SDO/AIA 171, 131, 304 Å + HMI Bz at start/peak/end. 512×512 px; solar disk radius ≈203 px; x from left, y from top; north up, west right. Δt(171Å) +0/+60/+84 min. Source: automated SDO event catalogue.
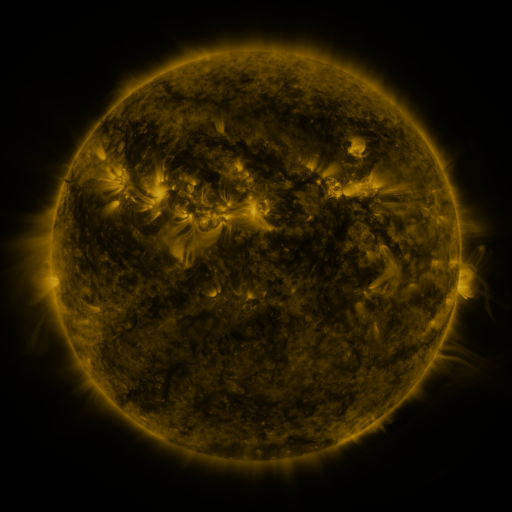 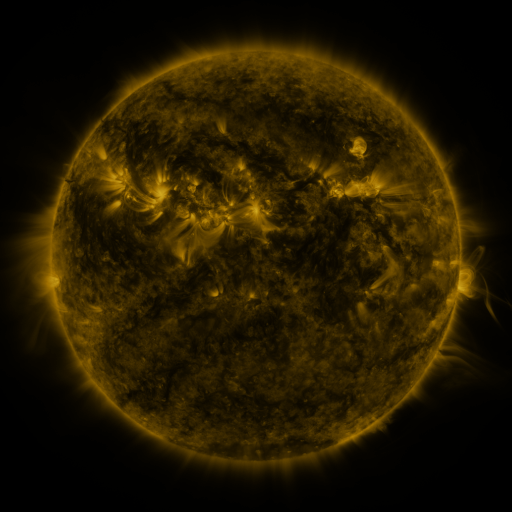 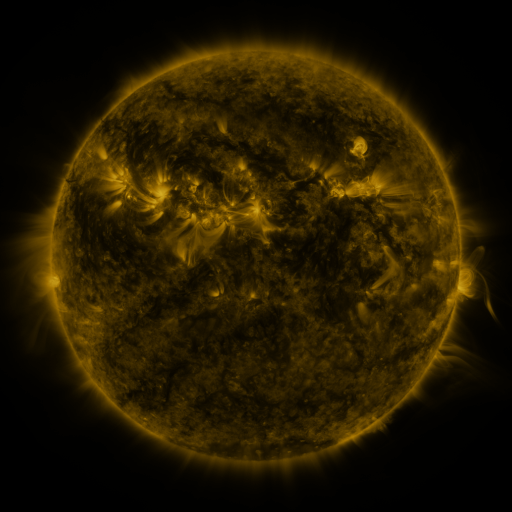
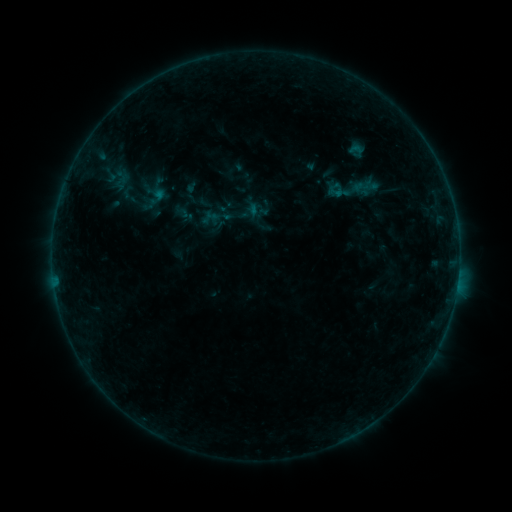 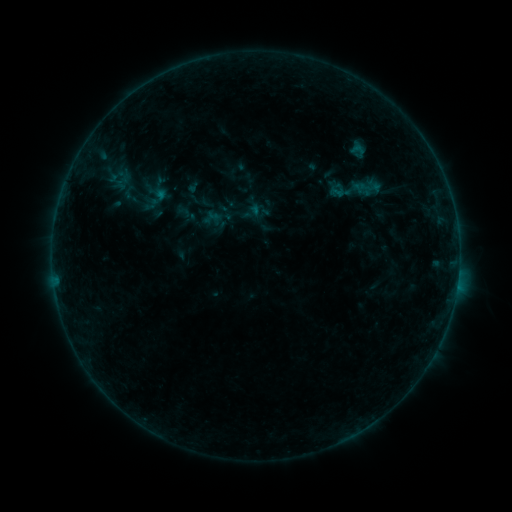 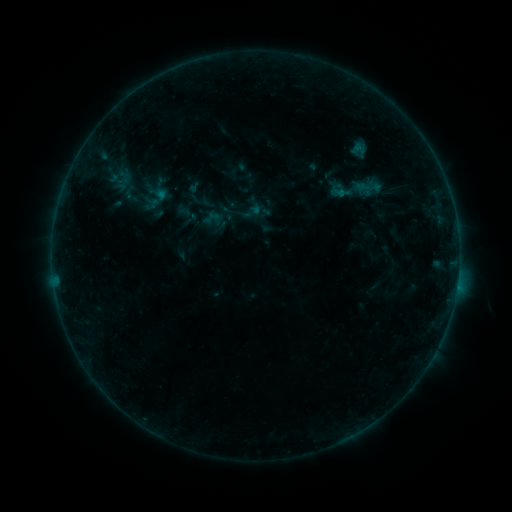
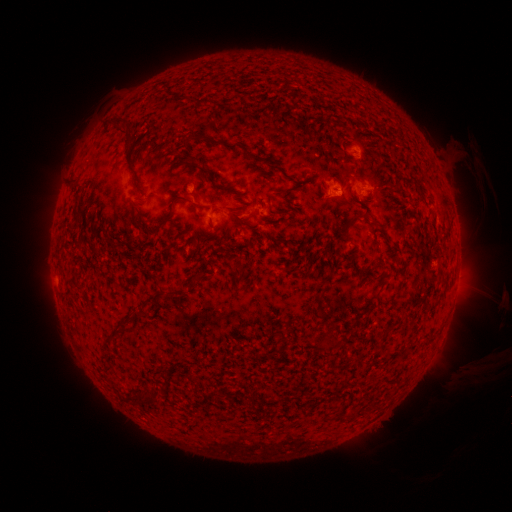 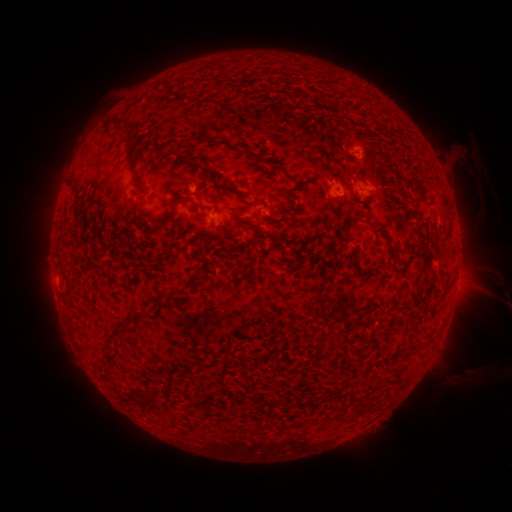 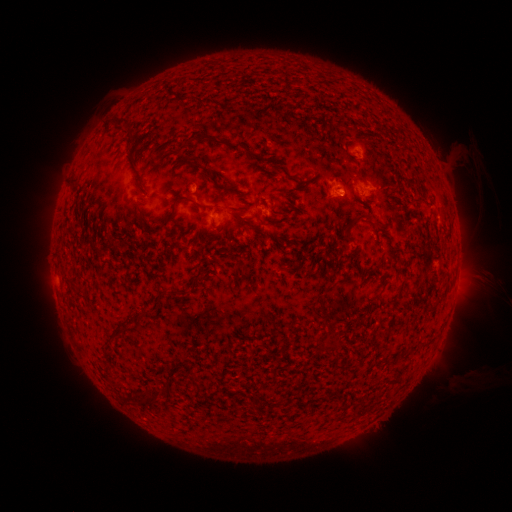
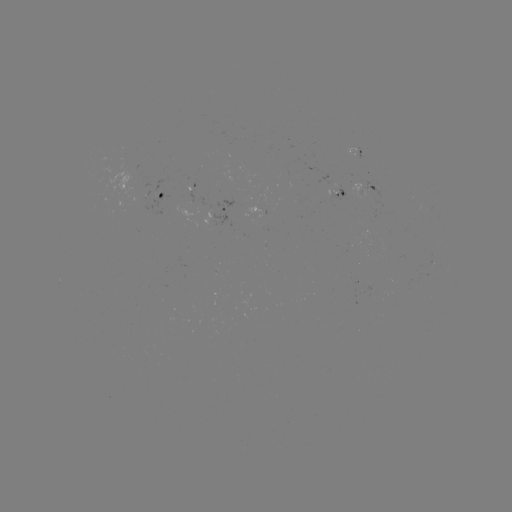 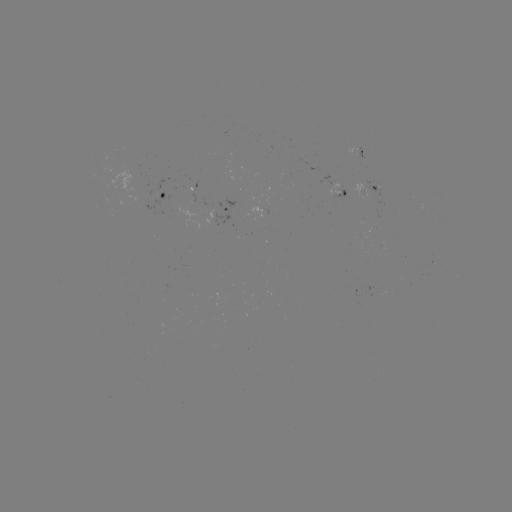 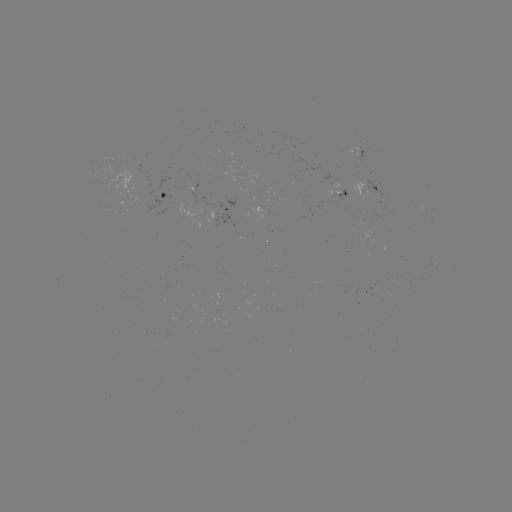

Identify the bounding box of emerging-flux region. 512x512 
[327, 182, 340, 196].